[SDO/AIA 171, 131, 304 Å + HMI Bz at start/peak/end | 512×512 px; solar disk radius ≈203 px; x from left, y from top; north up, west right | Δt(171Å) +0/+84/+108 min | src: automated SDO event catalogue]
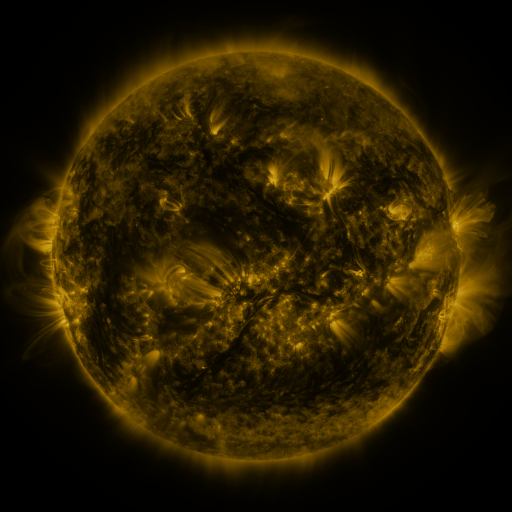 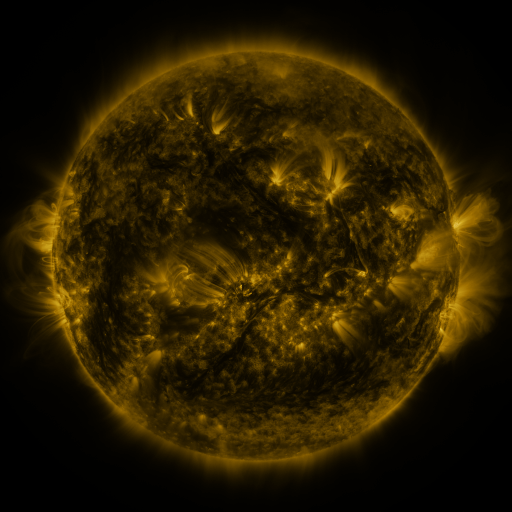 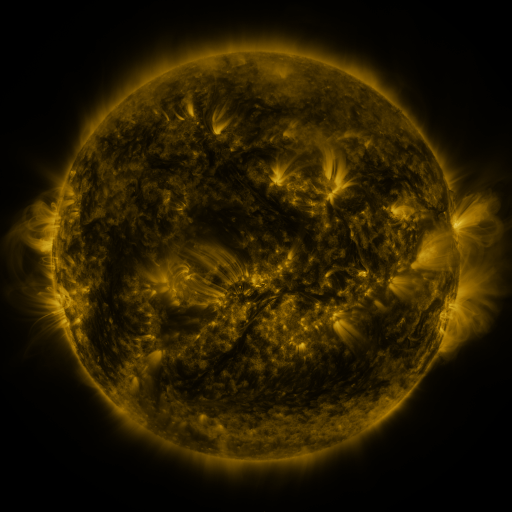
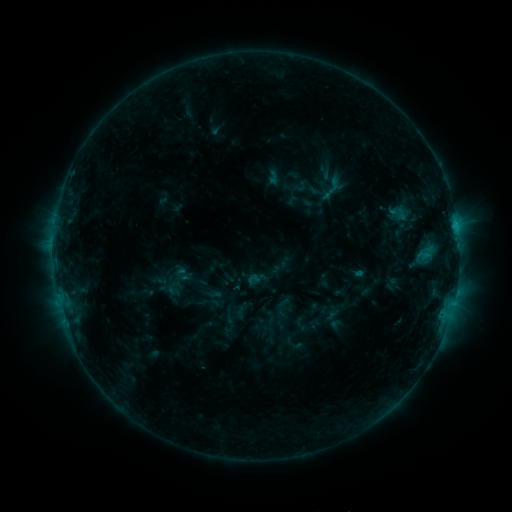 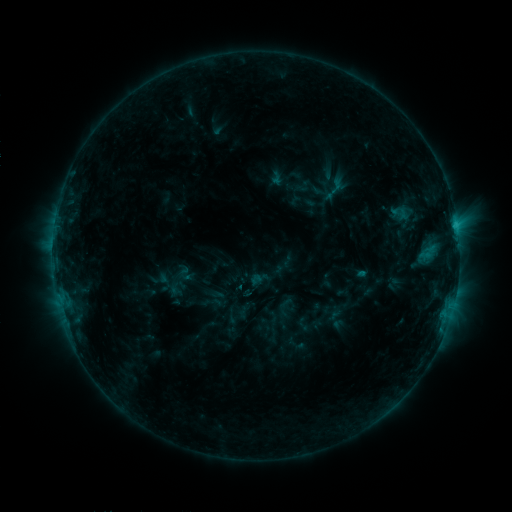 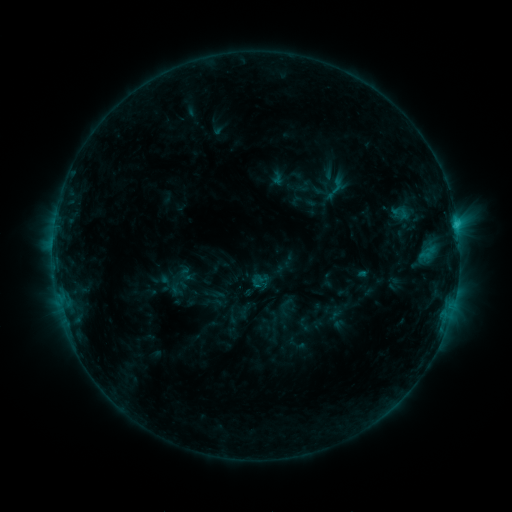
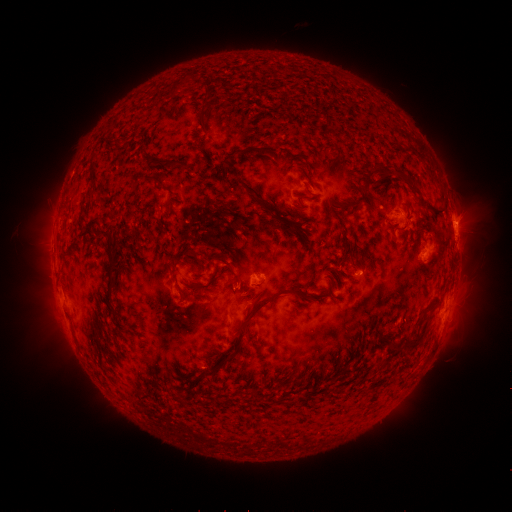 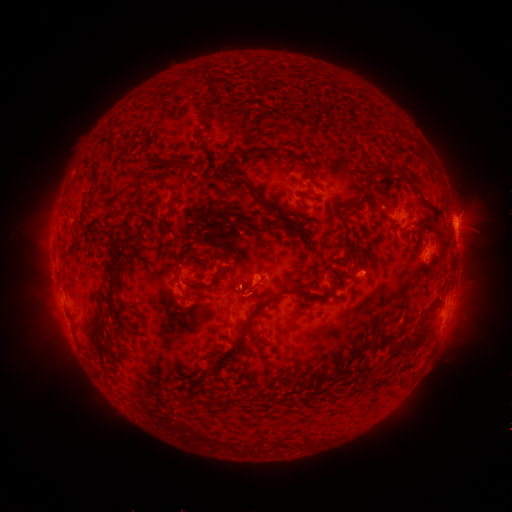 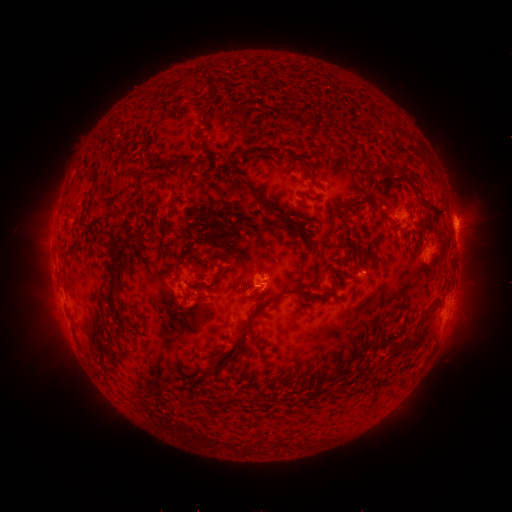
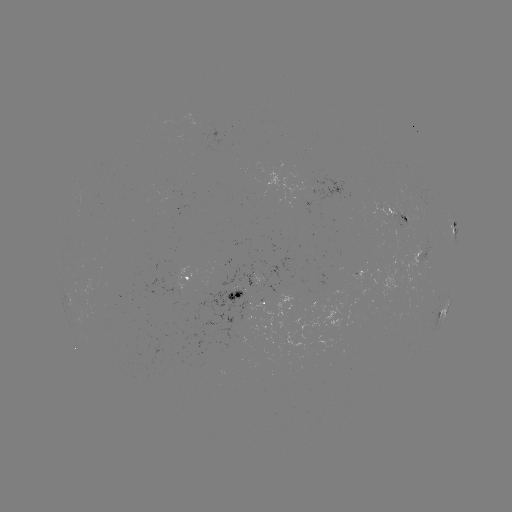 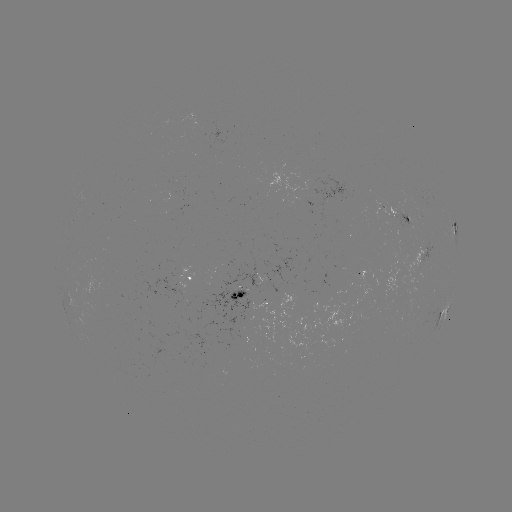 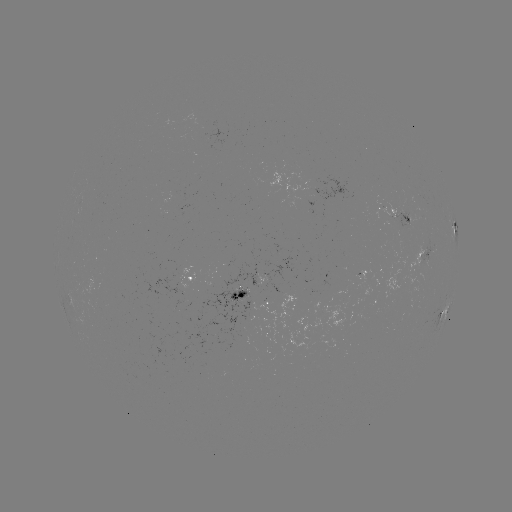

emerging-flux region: [418, 244, 434, 280]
